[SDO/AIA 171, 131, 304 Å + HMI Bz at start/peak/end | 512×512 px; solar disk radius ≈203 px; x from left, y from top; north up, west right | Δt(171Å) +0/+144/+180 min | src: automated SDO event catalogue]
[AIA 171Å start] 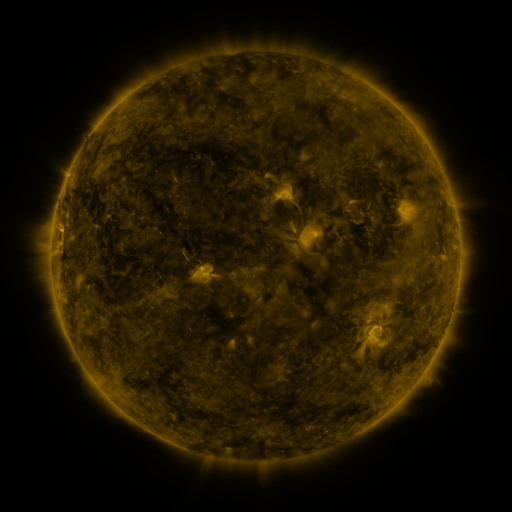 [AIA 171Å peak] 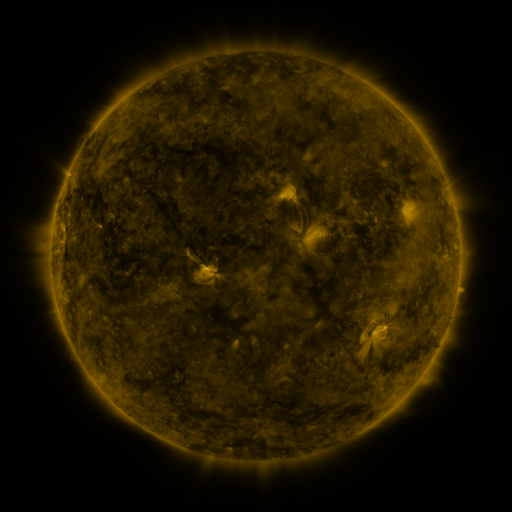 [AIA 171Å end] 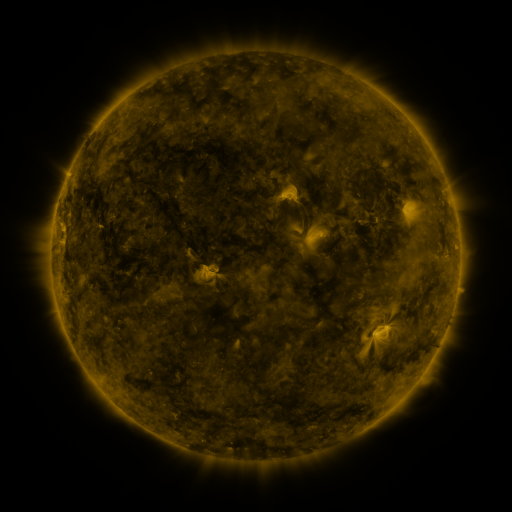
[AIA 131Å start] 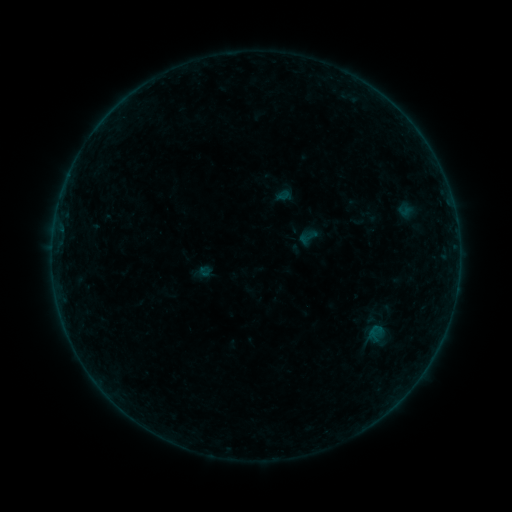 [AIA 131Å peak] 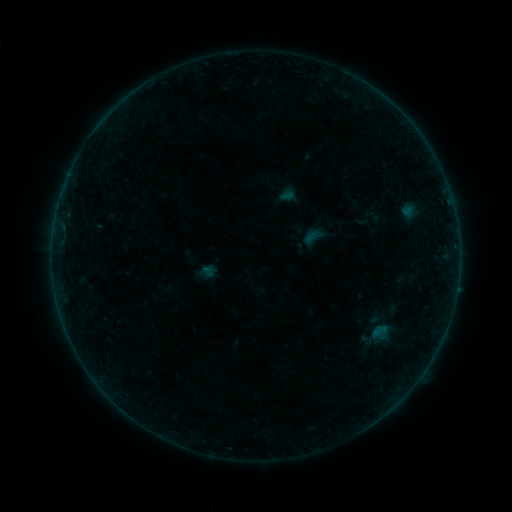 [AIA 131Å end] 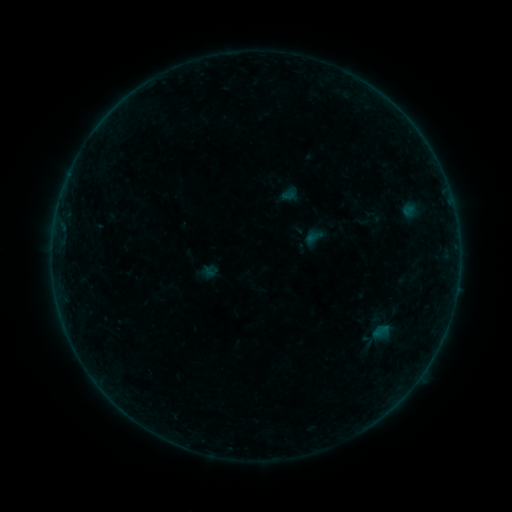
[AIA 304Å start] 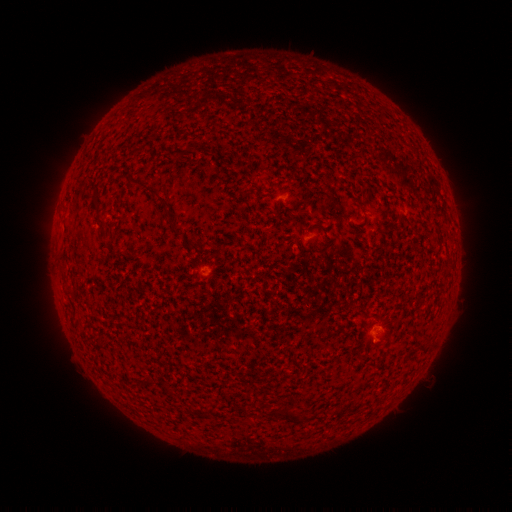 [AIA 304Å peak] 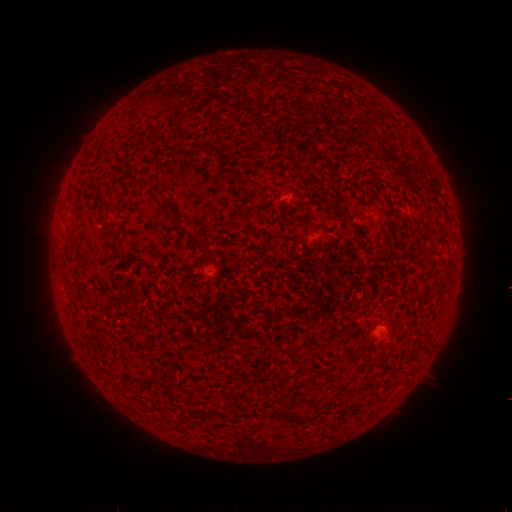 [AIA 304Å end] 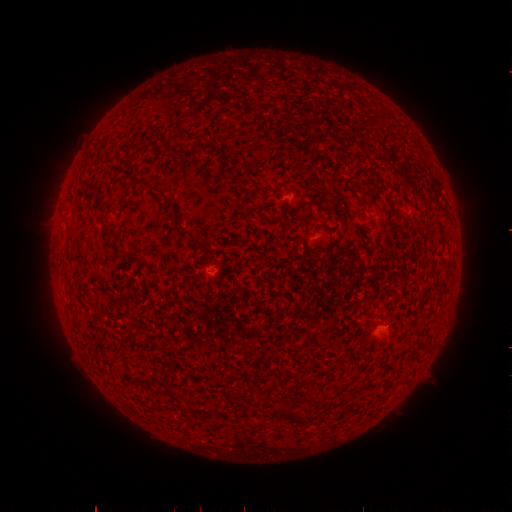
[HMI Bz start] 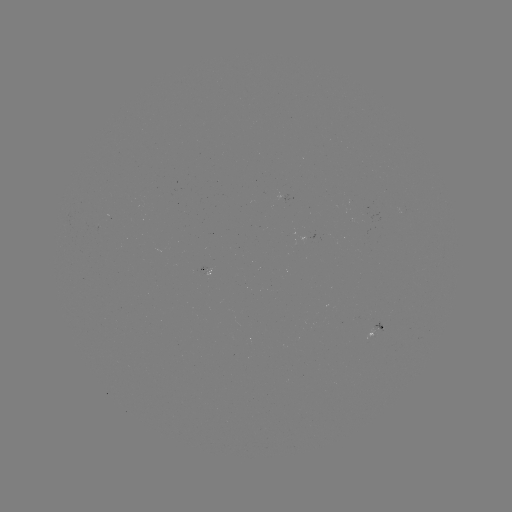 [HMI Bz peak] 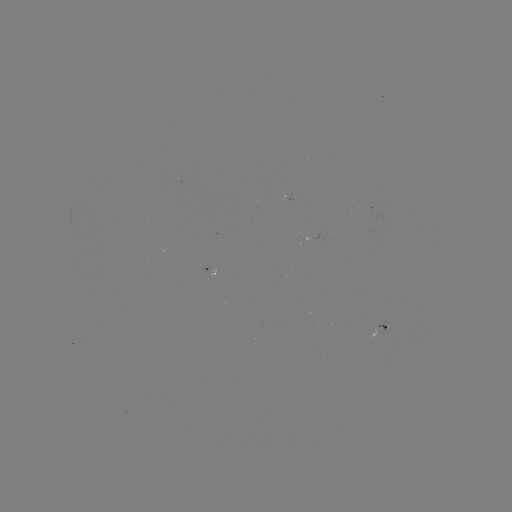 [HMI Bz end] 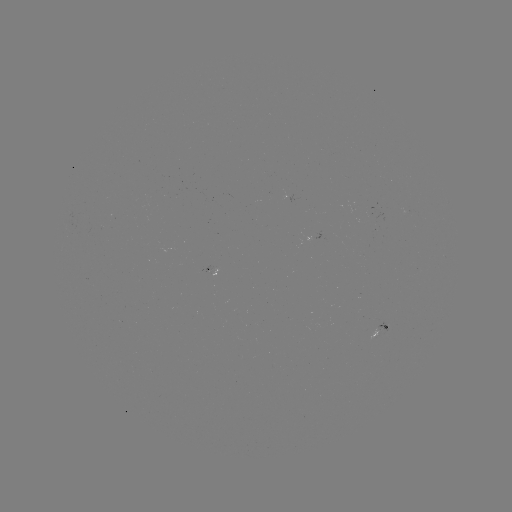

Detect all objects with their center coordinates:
emerging-flux region: (385, 328)
